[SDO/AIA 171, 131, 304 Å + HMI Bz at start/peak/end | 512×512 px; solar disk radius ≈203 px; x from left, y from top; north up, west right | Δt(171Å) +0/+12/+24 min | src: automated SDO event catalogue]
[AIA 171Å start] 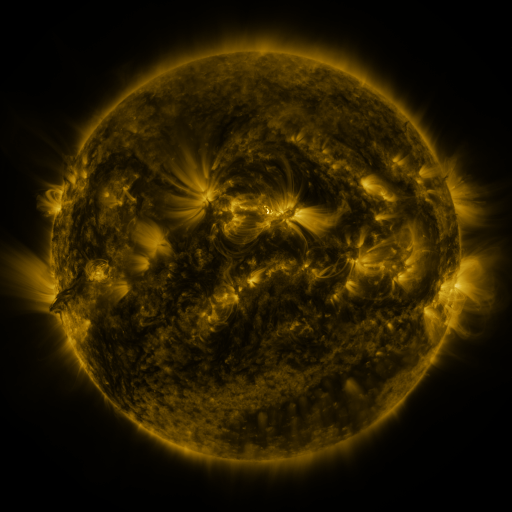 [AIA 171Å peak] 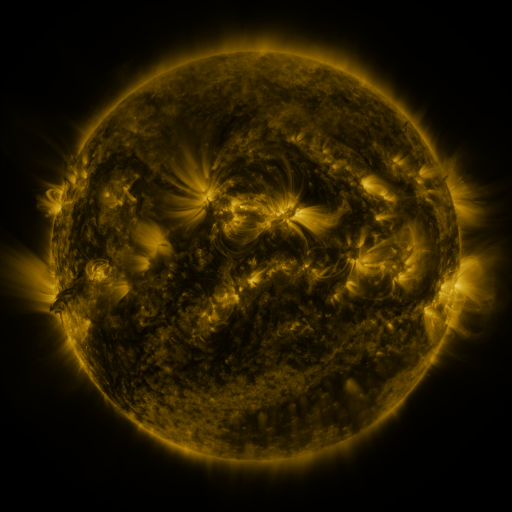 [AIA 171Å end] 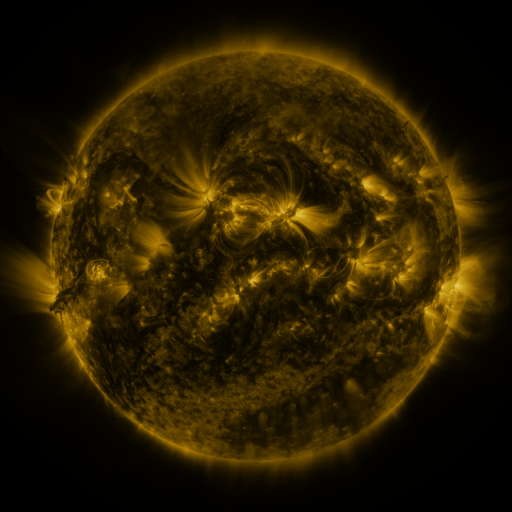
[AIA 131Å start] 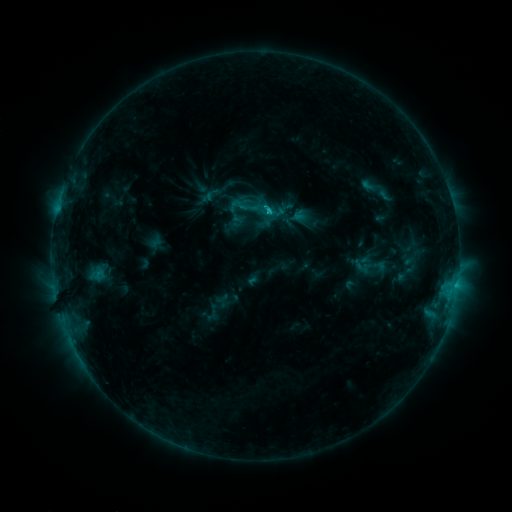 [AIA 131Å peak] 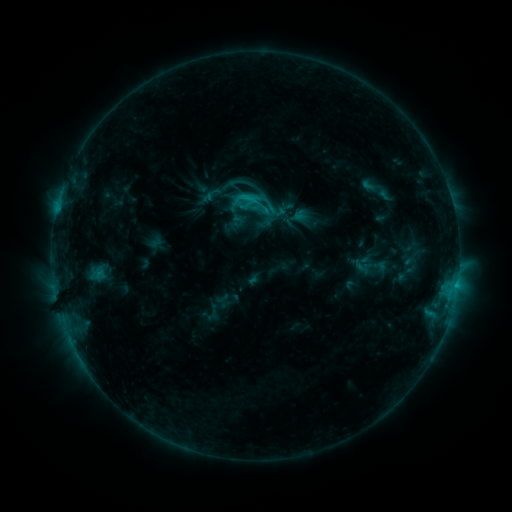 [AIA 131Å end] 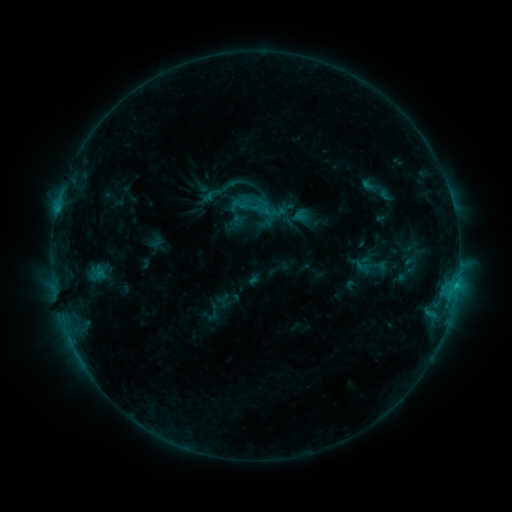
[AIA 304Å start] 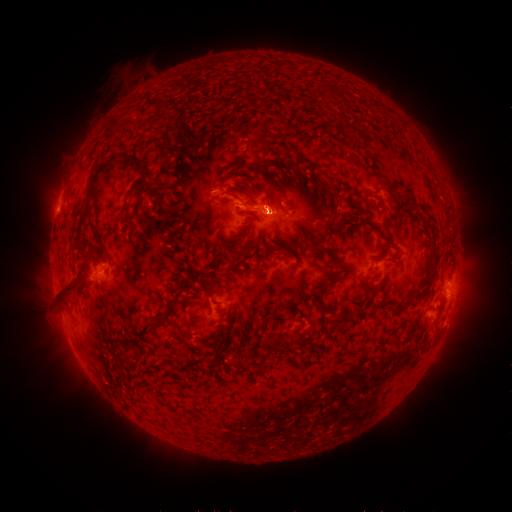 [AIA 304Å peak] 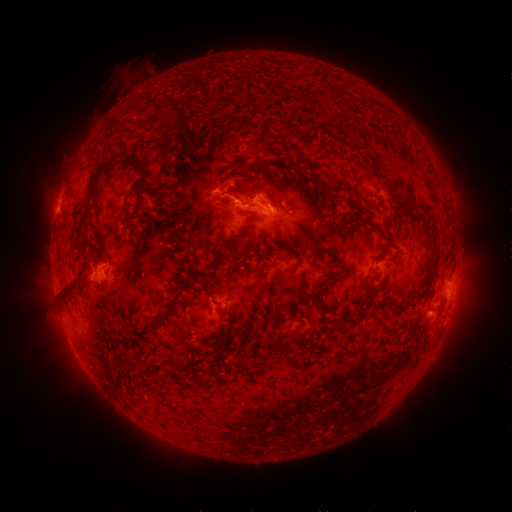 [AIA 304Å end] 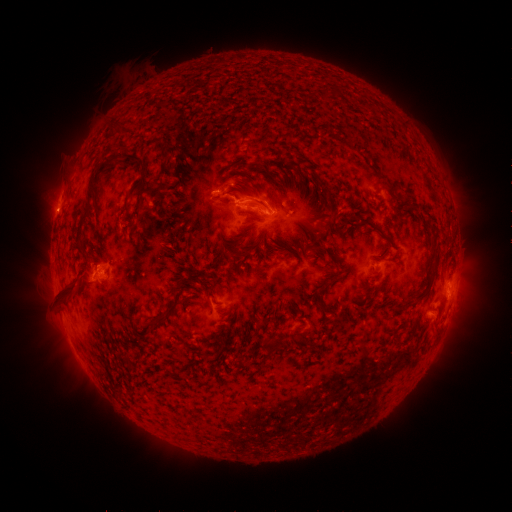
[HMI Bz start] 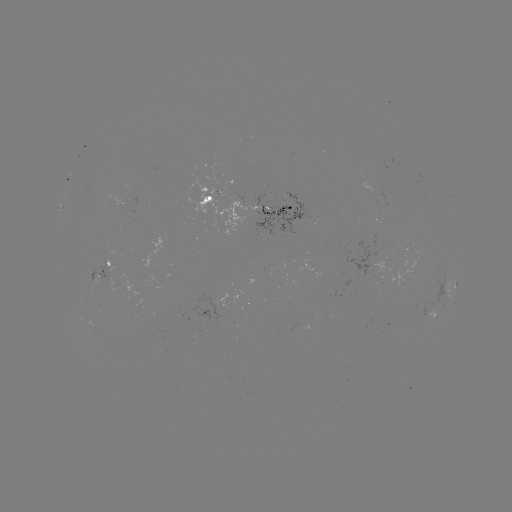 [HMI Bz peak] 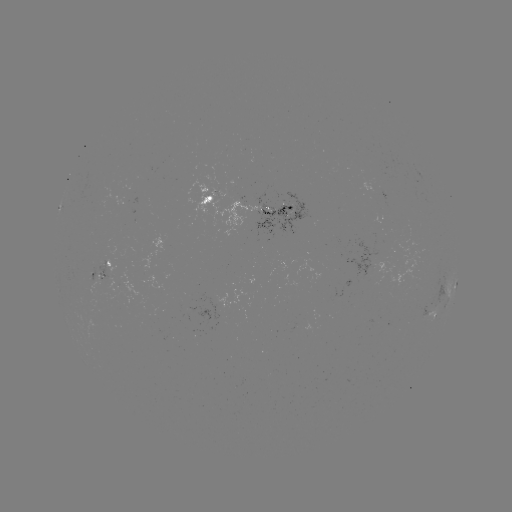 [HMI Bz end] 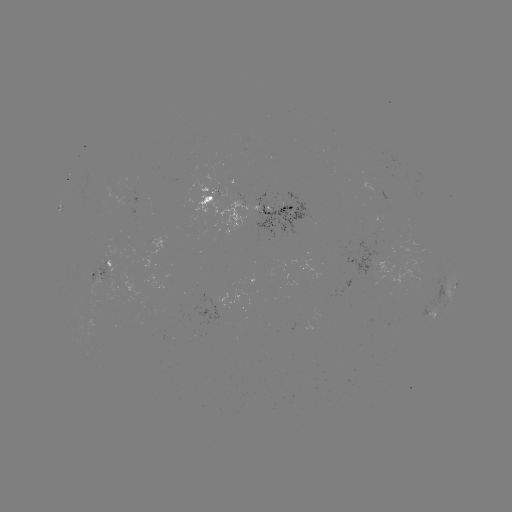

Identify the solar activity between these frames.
eruption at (270, 200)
